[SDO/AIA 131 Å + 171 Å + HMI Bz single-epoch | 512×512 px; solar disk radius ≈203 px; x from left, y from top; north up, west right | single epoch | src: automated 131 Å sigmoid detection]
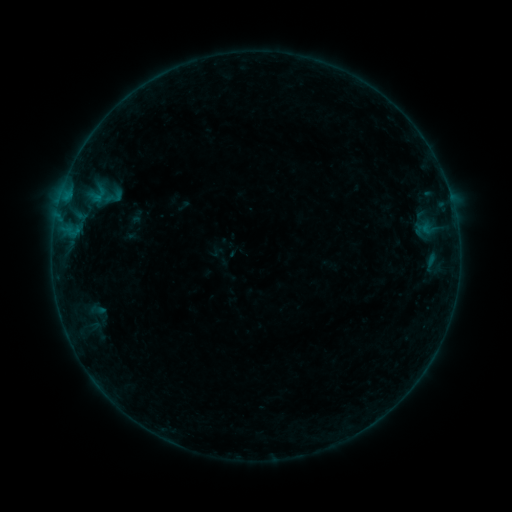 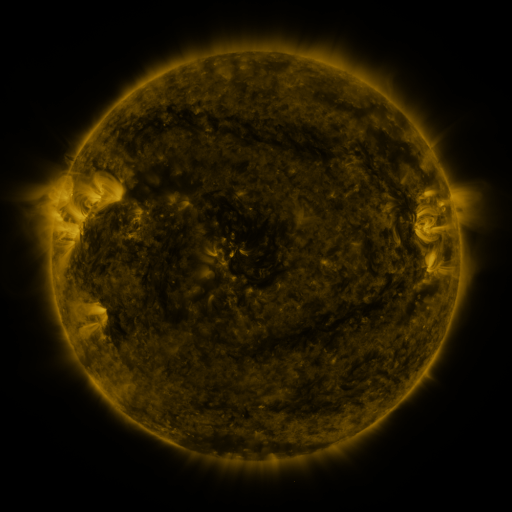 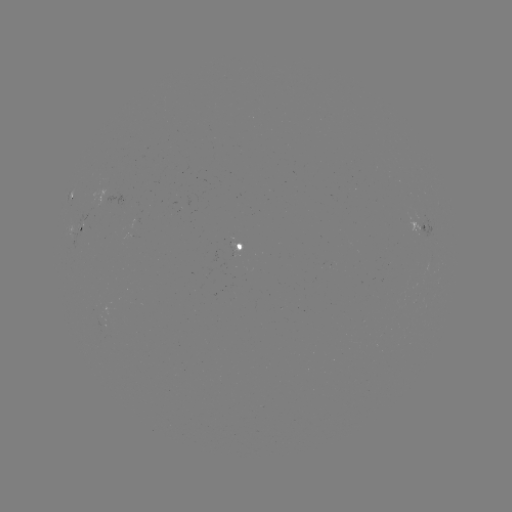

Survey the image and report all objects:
sigmoid: (113, 196)
